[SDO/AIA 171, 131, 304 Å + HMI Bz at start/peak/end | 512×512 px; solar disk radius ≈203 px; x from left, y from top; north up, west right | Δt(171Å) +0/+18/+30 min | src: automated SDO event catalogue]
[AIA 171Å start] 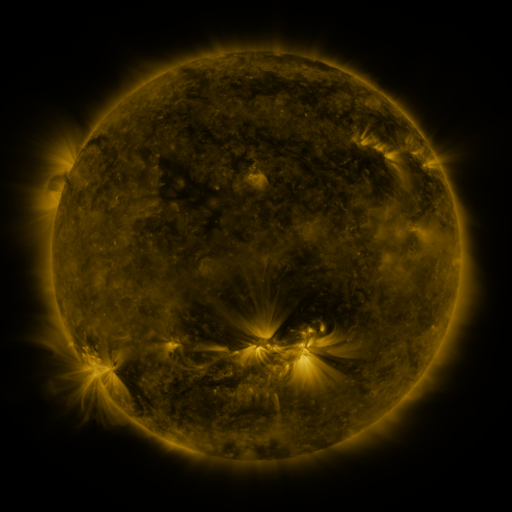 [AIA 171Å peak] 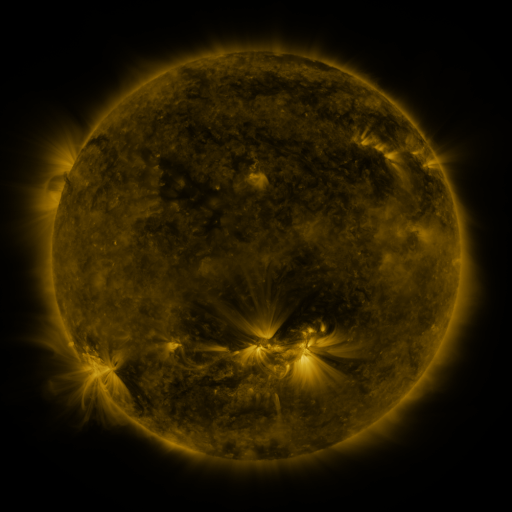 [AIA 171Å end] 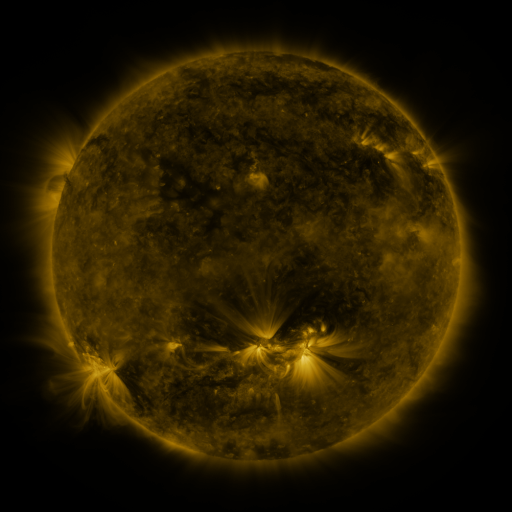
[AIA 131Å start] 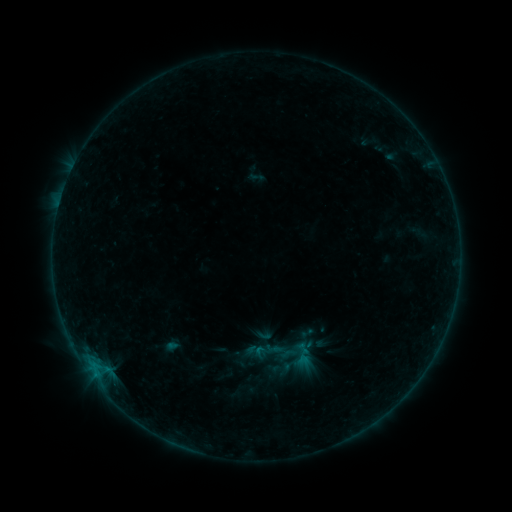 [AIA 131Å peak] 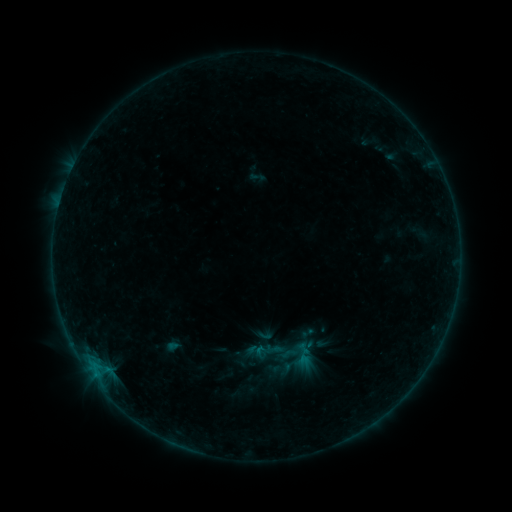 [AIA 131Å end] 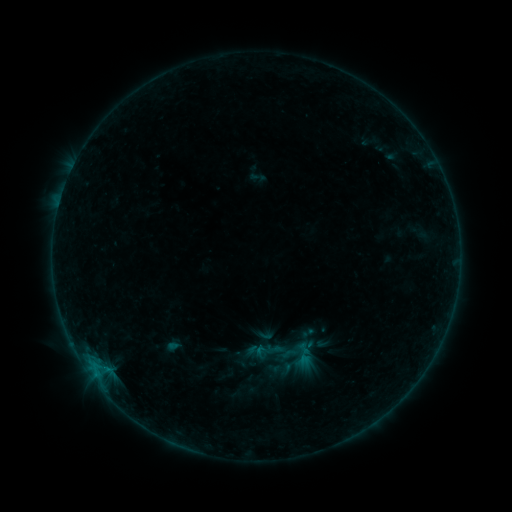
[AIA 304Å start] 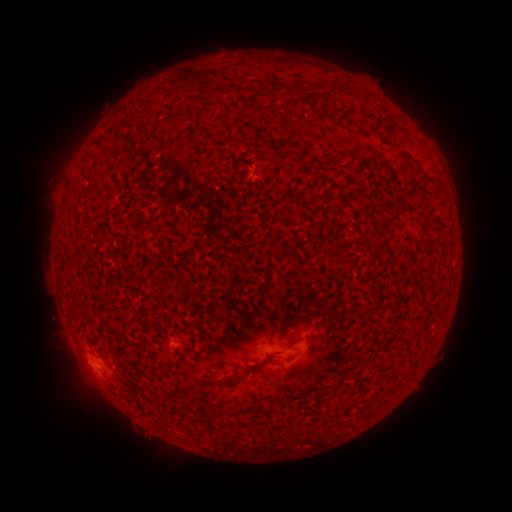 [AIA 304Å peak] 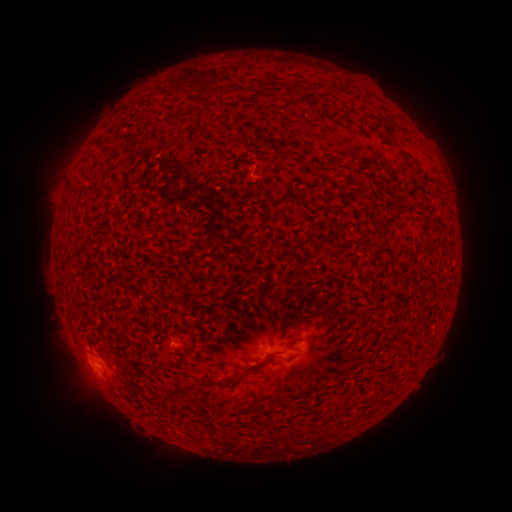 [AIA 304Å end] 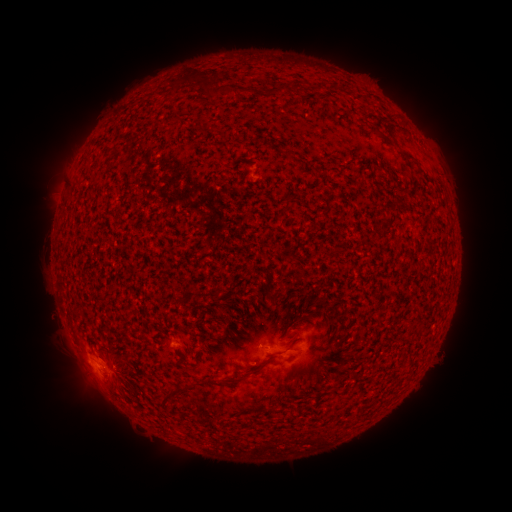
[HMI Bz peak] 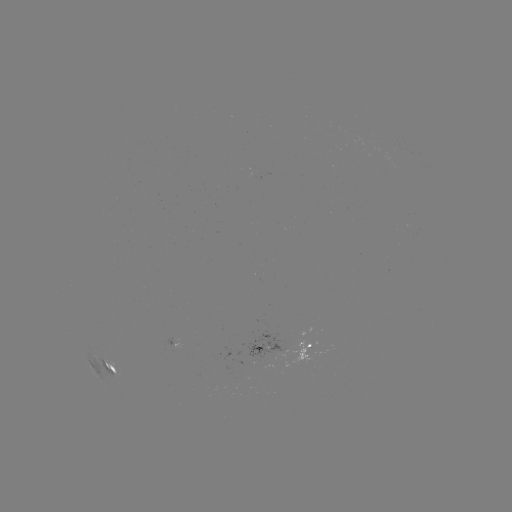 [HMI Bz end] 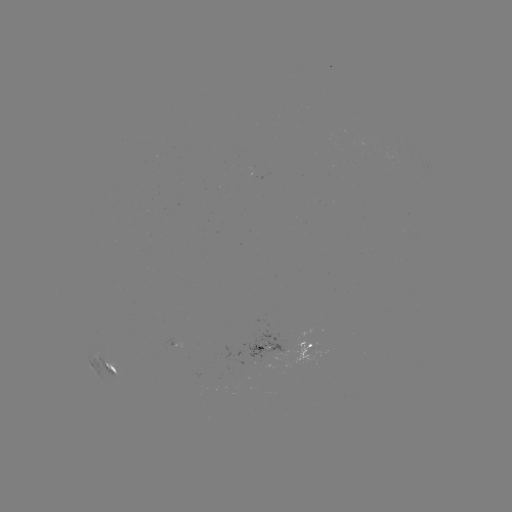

no catalogued flare and no flagged EUV brightening in this window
